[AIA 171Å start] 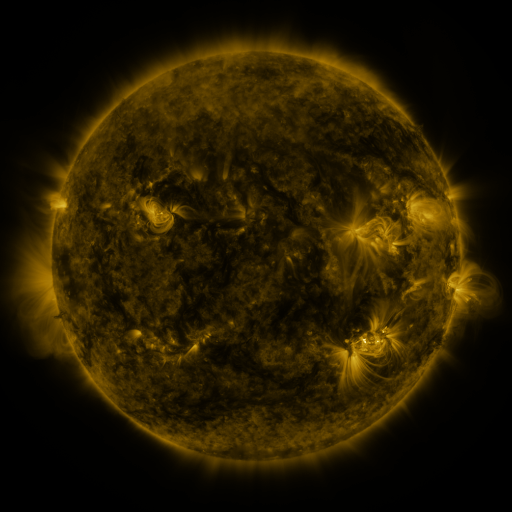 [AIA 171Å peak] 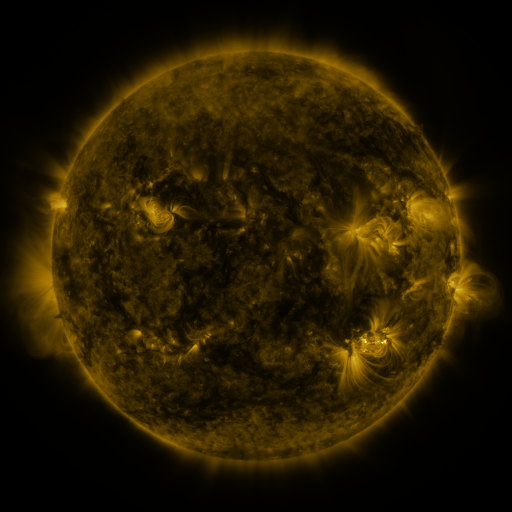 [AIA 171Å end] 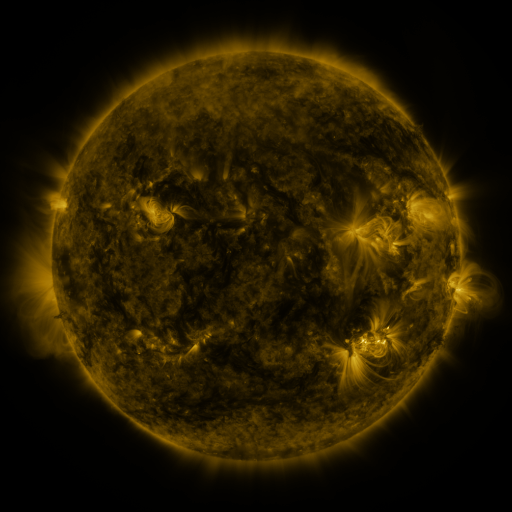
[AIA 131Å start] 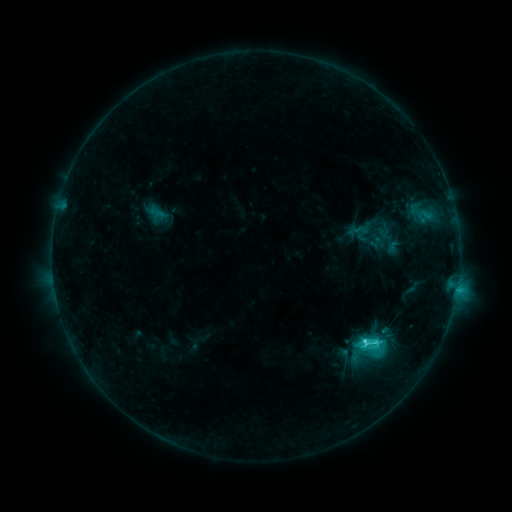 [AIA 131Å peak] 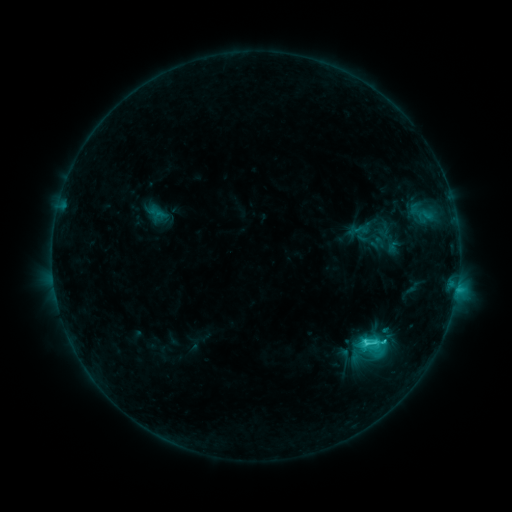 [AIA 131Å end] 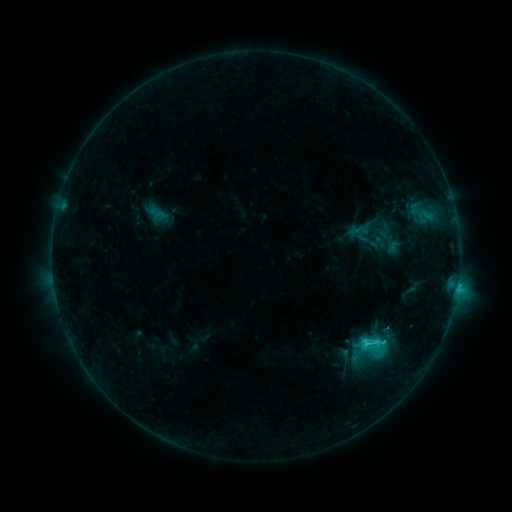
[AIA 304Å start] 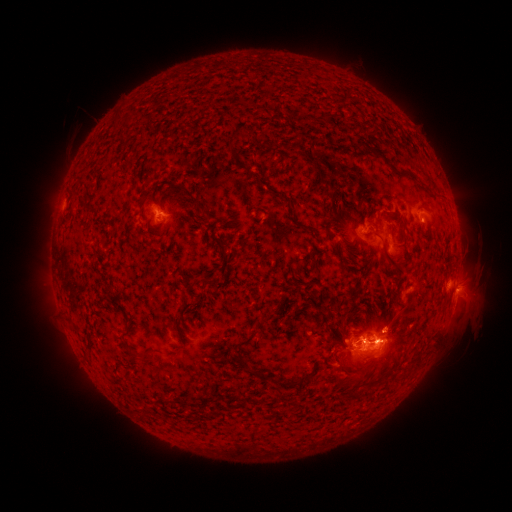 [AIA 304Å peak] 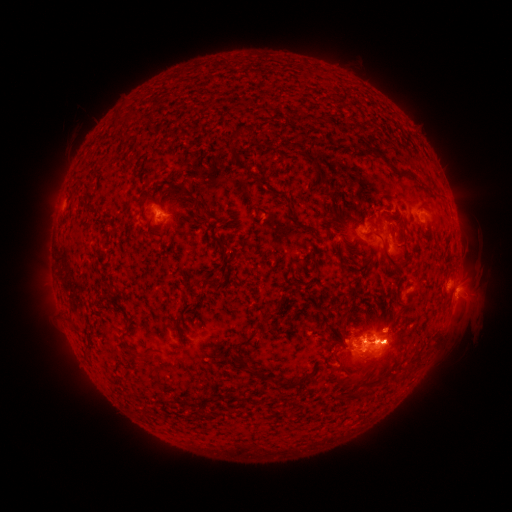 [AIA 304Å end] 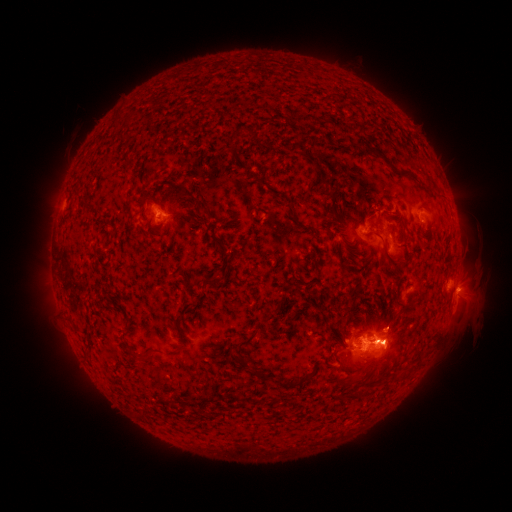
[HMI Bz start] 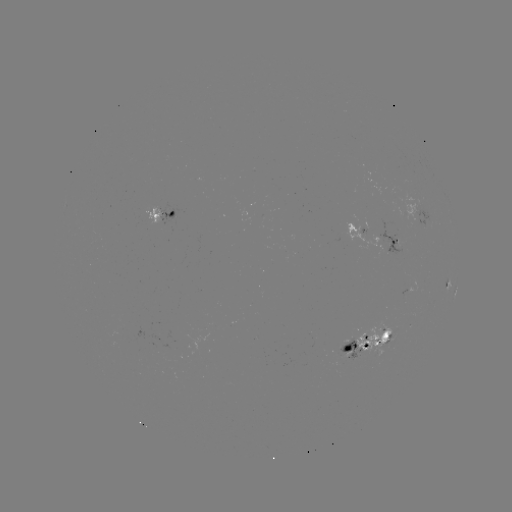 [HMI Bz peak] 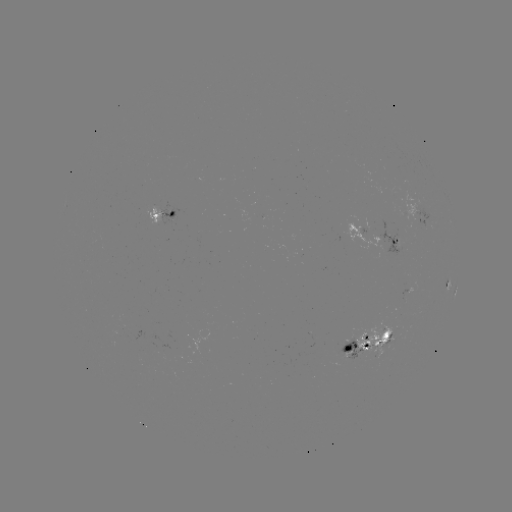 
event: eruption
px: (394, 353)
